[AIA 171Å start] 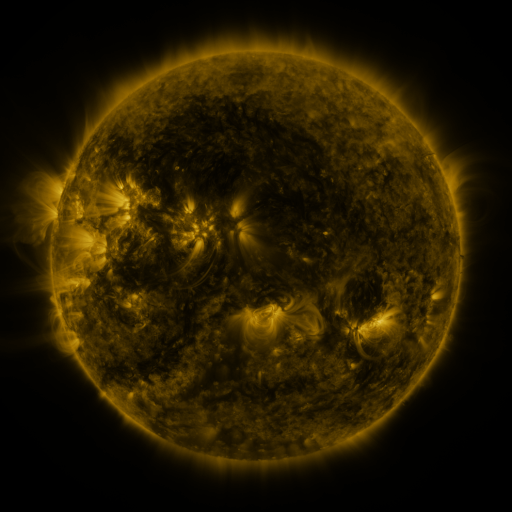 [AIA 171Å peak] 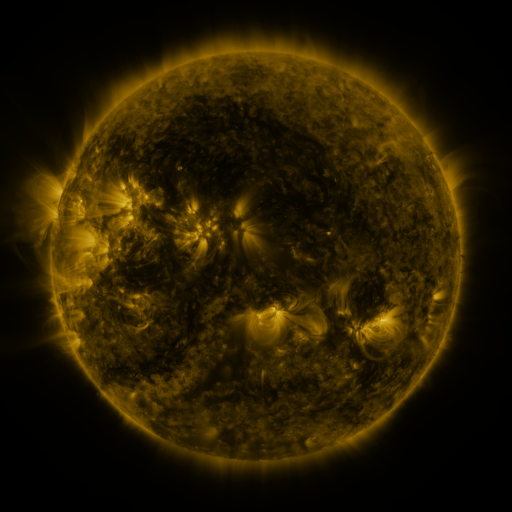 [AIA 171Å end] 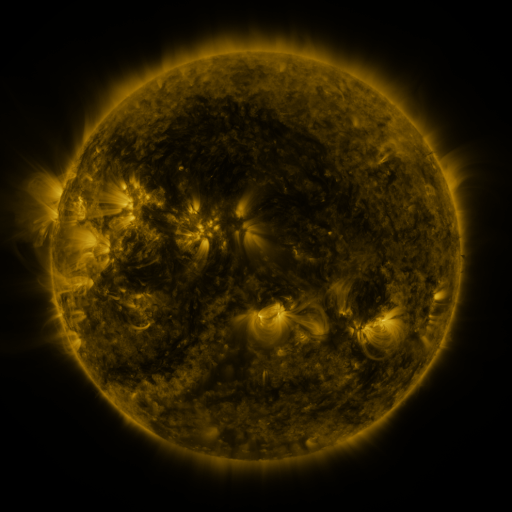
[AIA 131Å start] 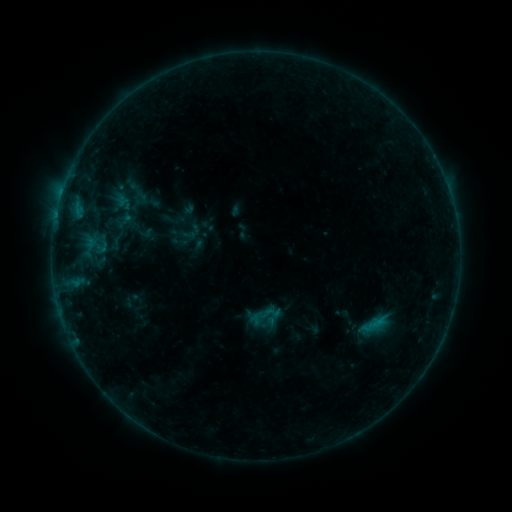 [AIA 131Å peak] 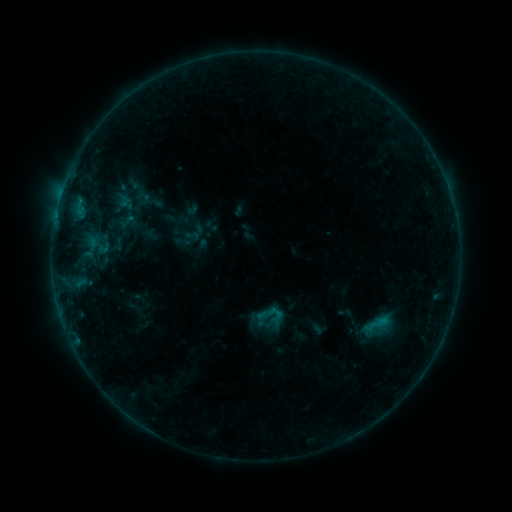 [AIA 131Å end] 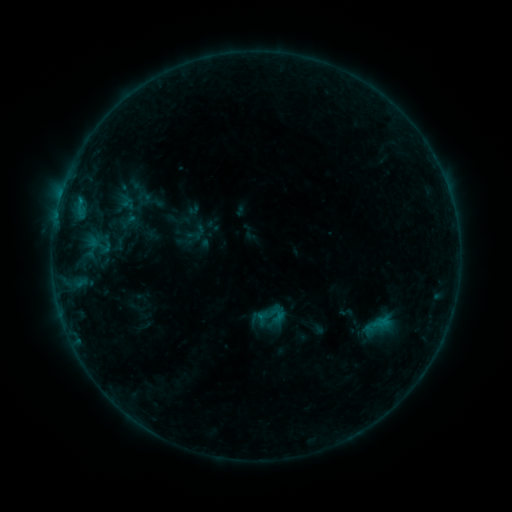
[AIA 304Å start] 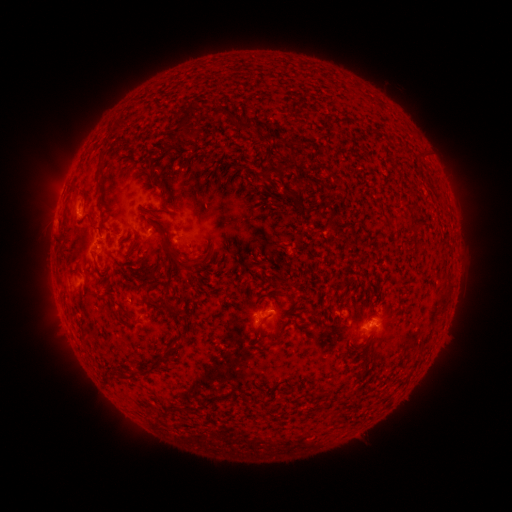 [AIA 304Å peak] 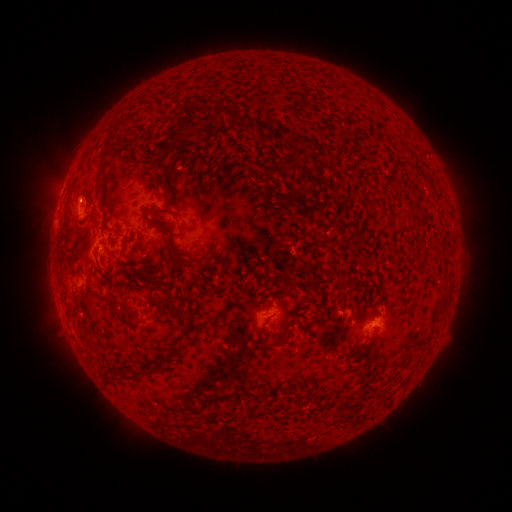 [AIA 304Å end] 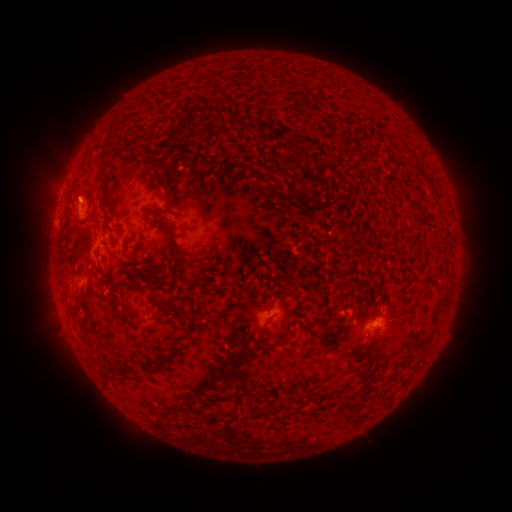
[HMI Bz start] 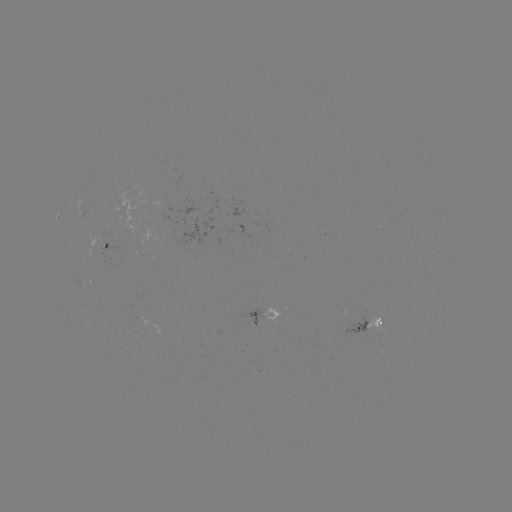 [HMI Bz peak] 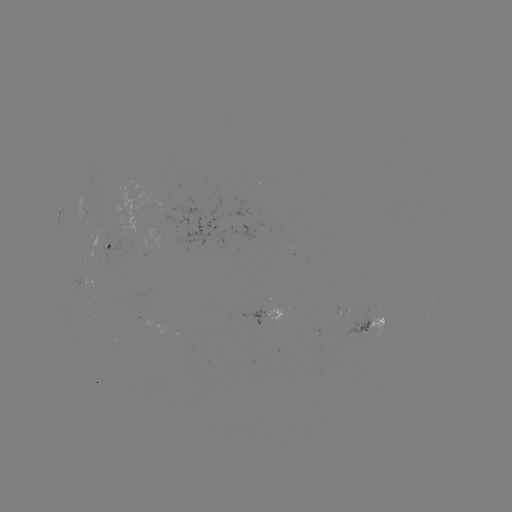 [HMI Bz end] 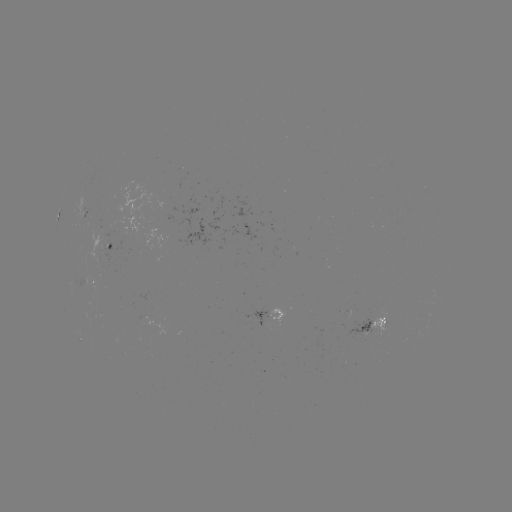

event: emerging-flux region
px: (104, 216)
